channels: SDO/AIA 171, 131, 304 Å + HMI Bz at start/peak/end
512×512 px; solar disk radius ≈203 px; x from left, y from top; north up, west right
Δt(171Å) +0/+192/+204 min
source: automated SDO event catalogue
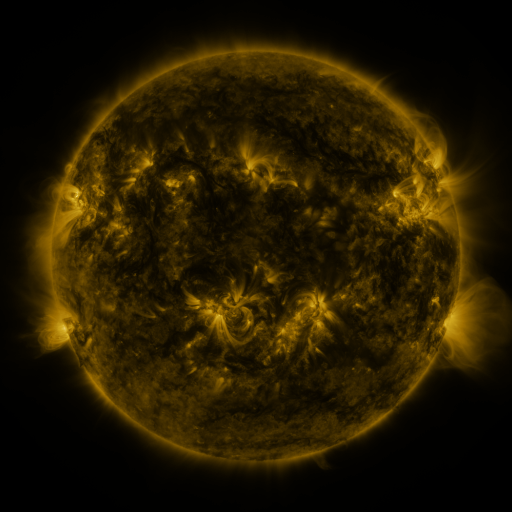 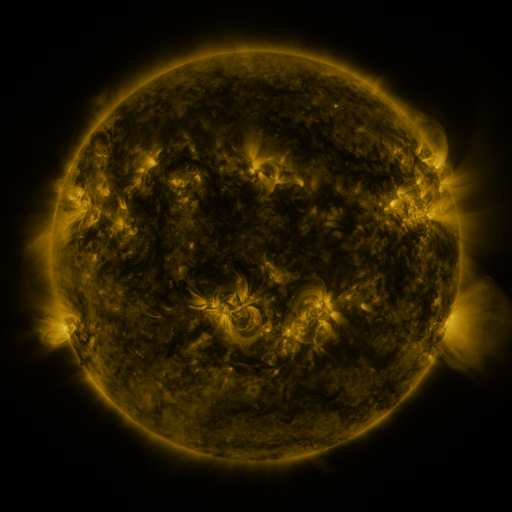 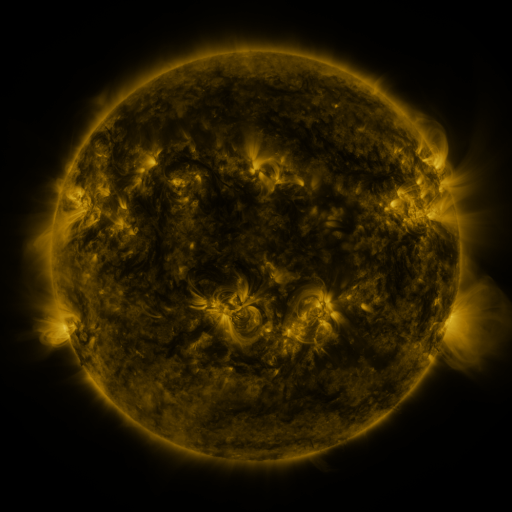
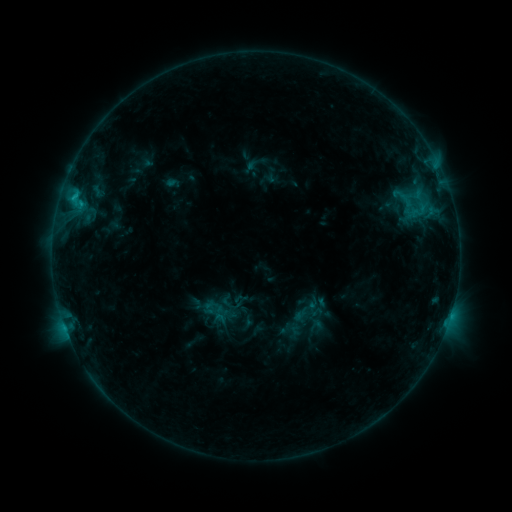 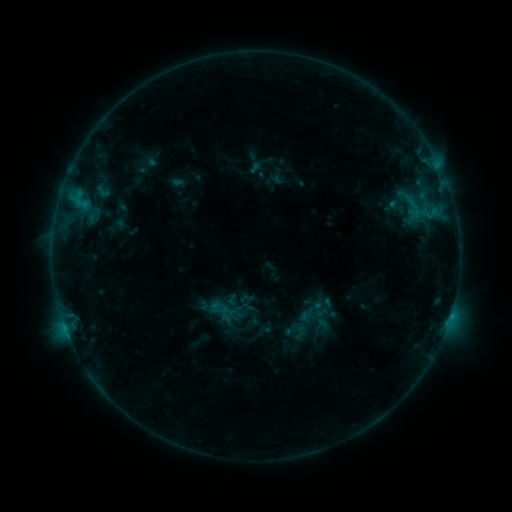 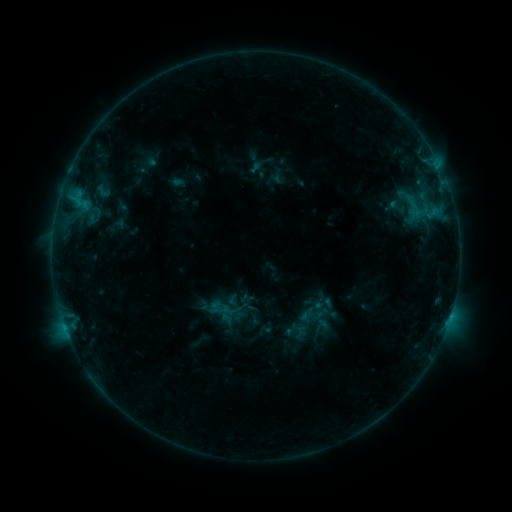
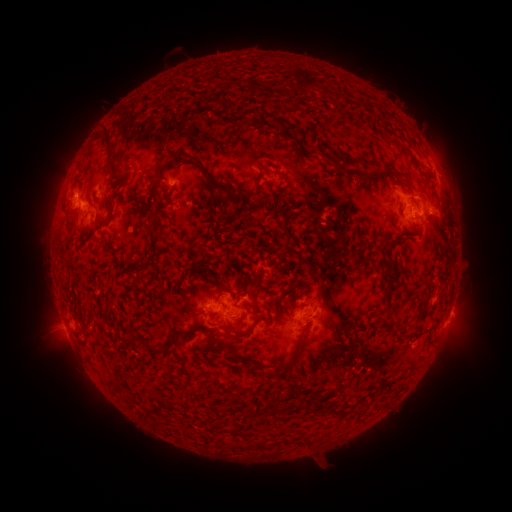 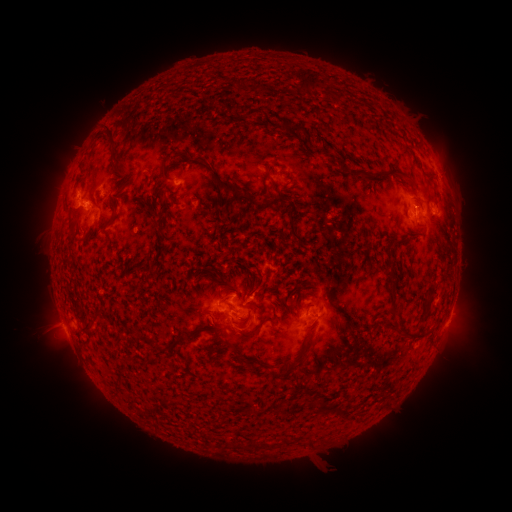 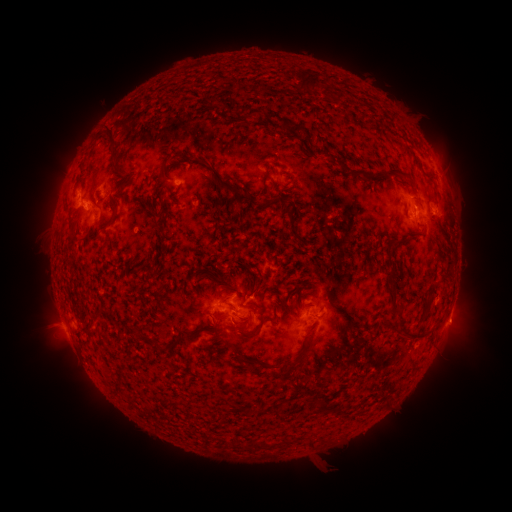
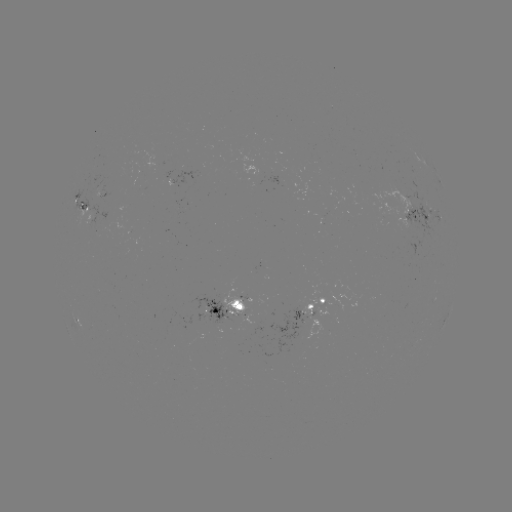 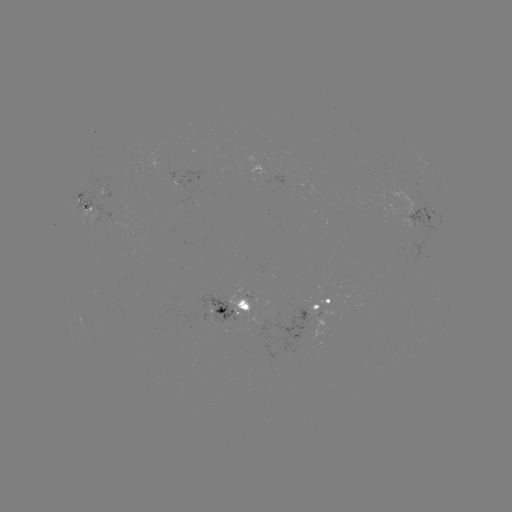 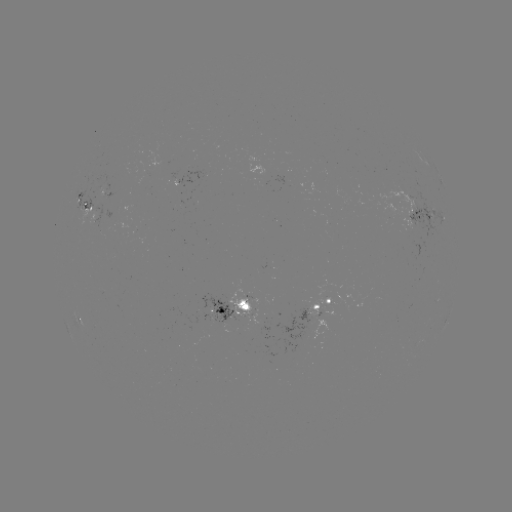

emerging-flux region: [296, 309, 313, 326]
